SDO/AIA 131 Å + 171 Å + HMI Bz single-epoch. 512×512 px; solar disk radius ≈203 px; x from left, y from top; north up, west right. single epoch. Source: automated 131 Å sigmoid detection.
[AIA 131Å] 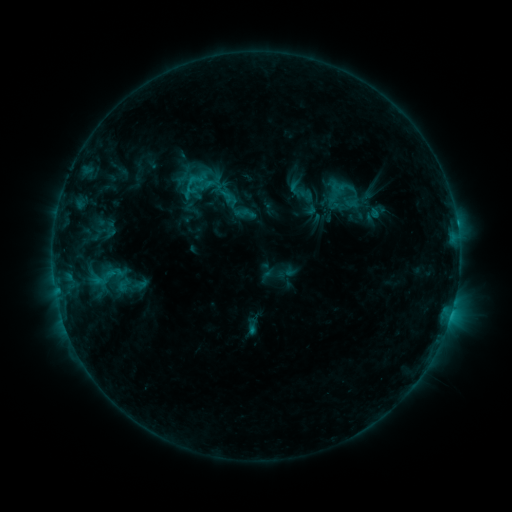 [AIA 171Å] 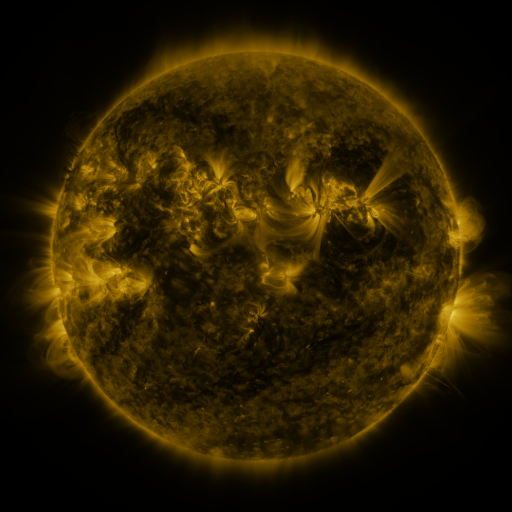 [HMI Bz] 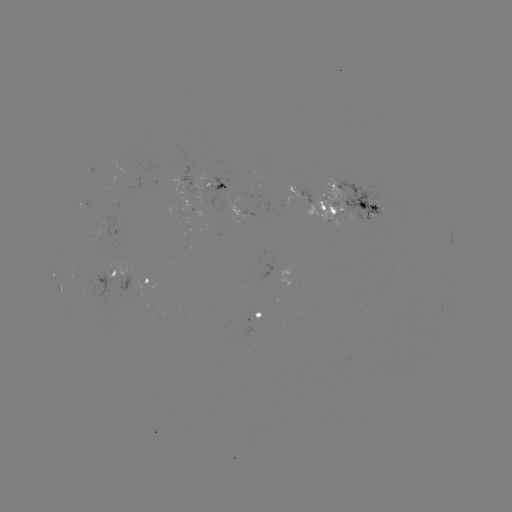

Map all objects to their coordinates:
sigmoid: [327, 178, 351, 198]
sigmoid: [86, 263, 120, 292]
